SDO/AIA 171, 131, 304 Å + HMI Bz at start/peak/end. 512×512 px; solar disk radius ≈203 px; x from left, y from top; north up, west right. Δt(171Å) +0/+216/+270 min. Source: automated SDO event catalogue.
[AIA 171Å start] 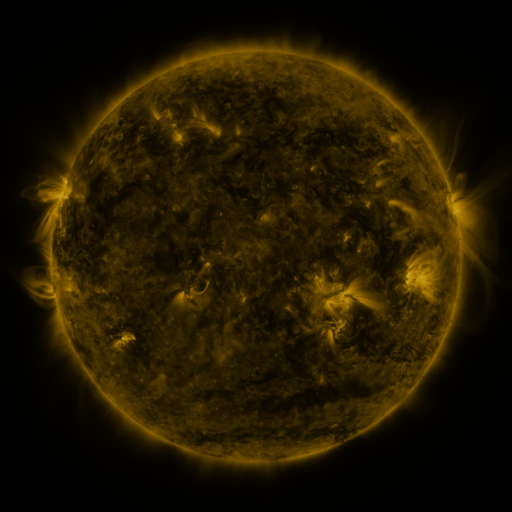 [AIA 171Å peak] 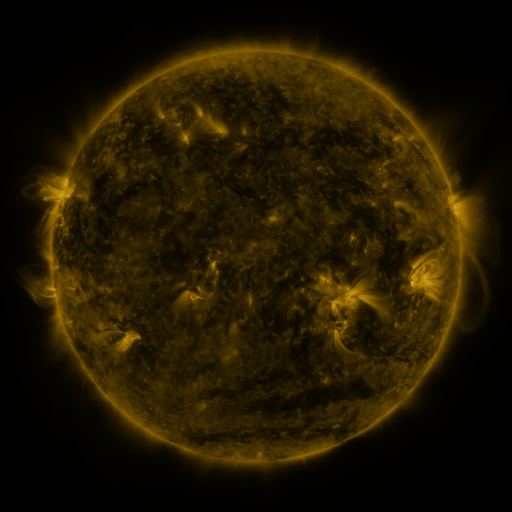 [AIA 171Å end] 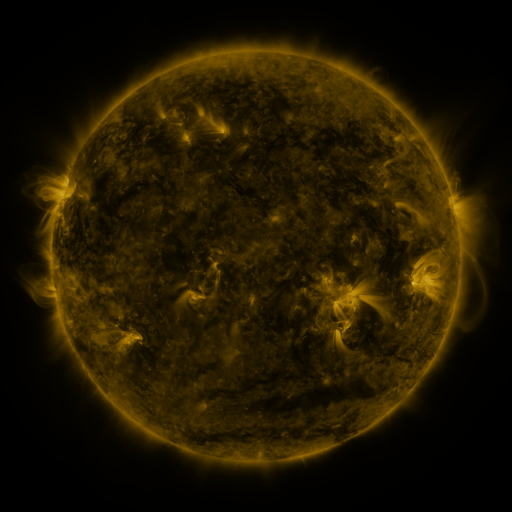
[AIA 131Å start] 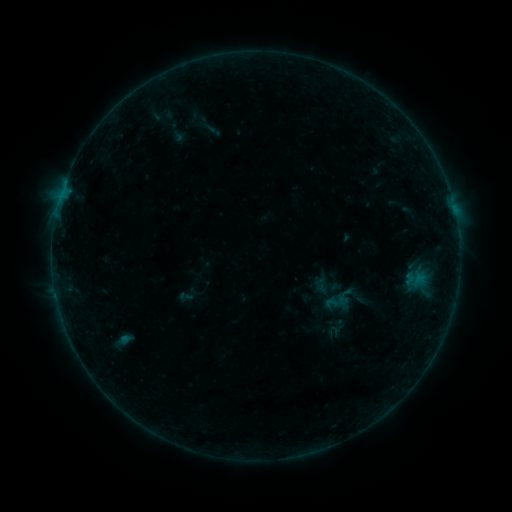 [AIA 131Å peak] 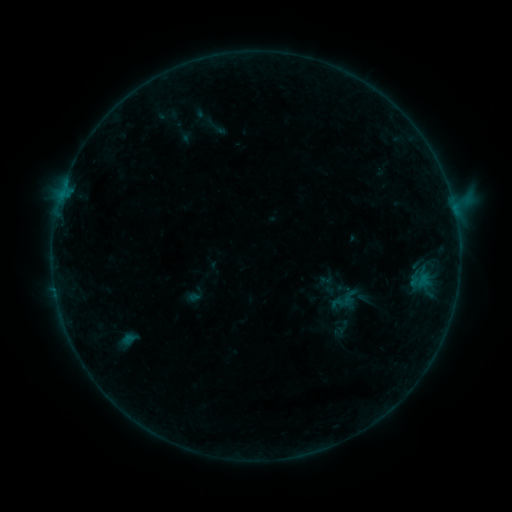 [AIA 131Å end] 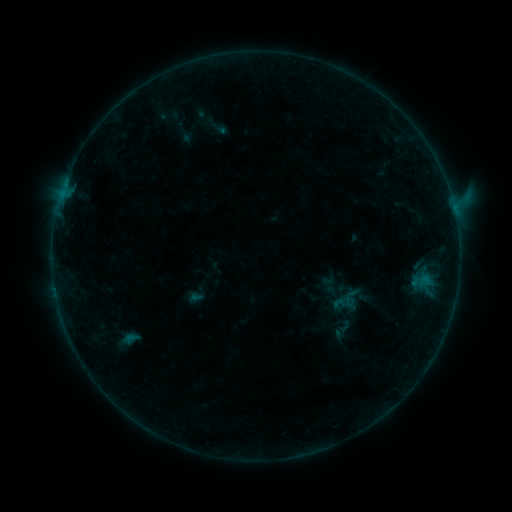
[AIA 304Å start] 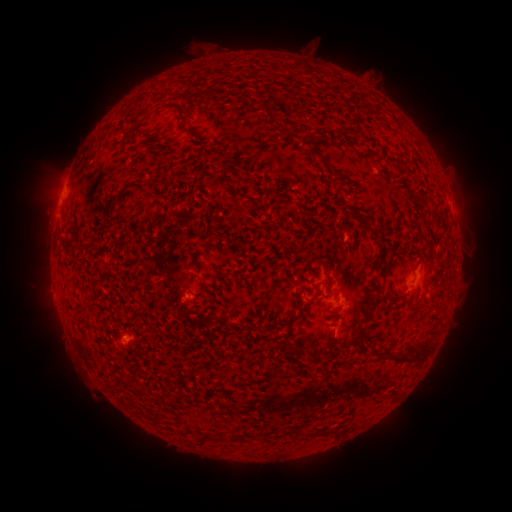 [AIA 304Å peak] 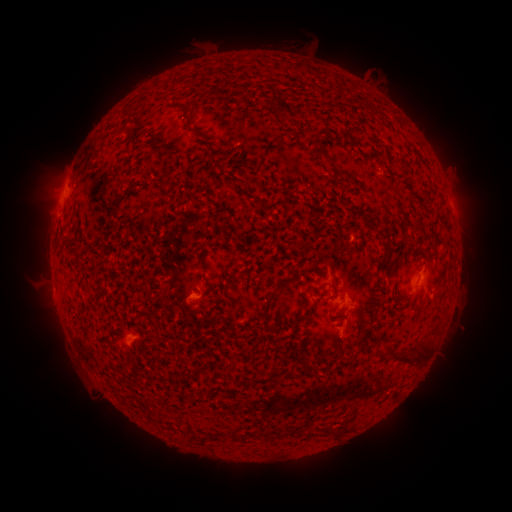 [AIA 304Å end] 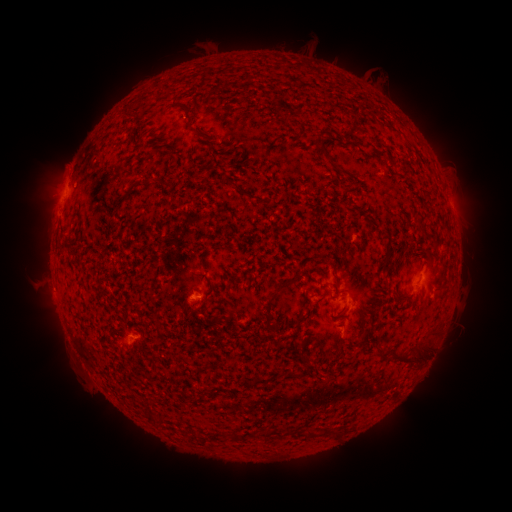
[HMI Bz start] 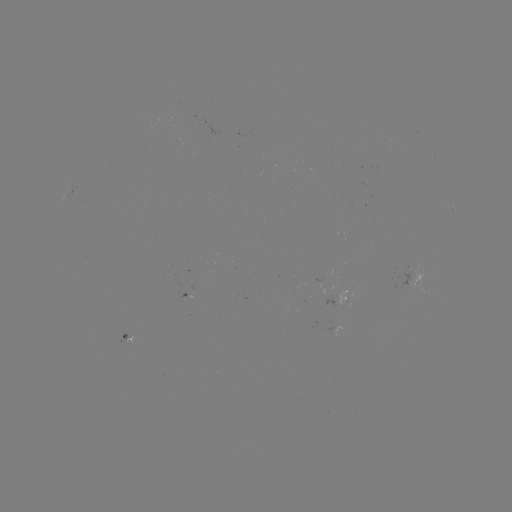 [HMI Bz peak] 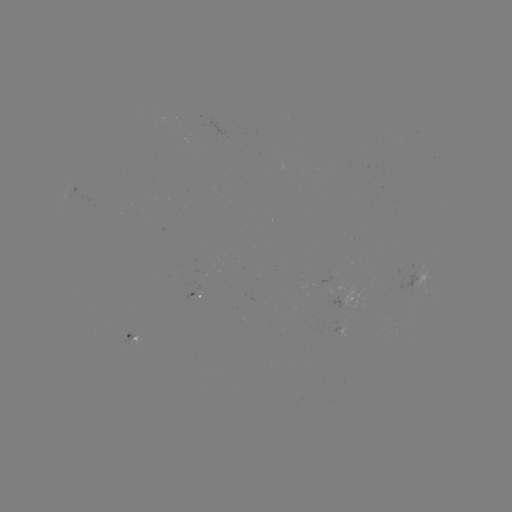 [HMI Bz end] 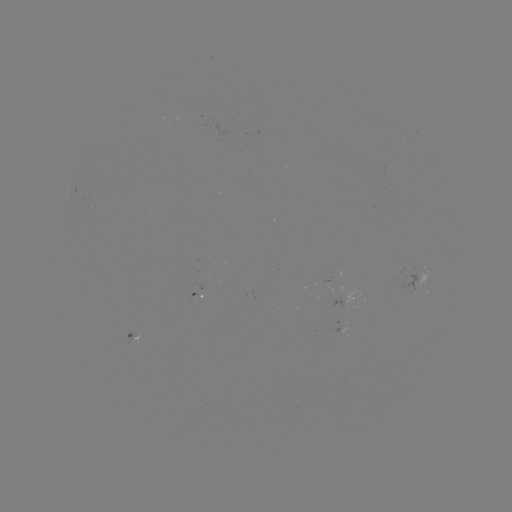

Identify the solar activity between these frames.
B7.9 flare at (452, 205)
